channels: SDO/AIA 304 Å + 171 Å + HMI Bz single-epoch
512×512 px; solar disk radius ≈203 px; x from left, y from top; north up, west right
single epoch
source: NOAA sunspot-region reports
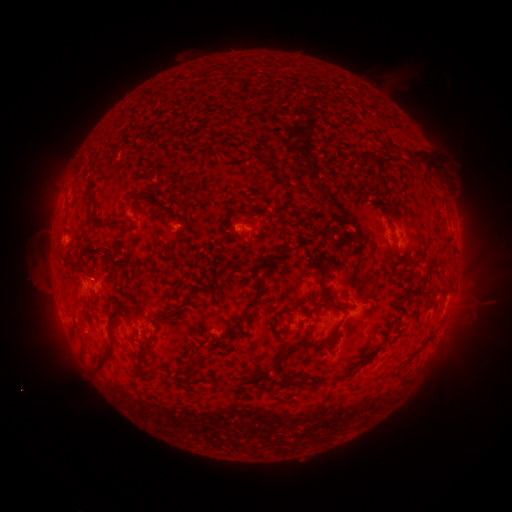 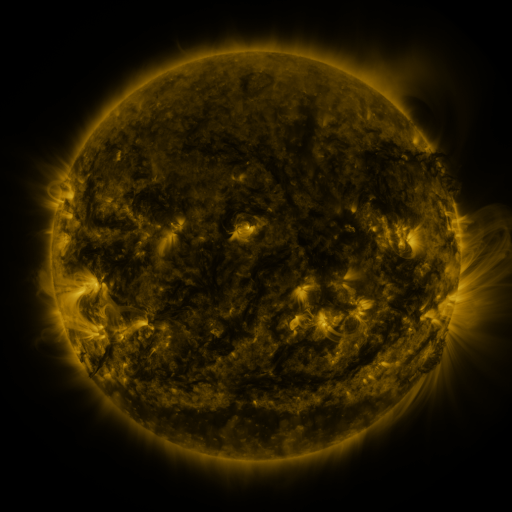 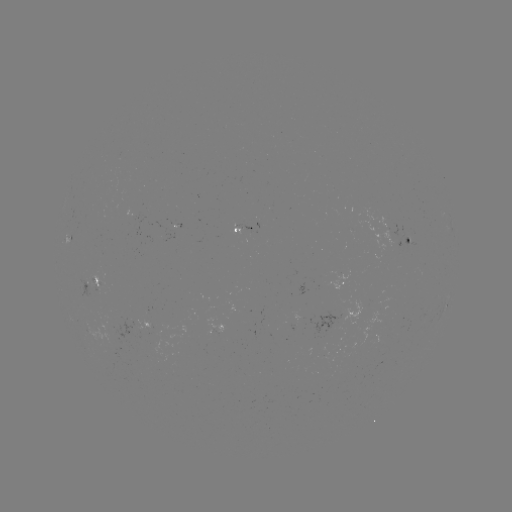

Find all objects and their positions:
spotted active region: (252, 229)
spotted active region: (410, 241)
spotted active region: (98, 283)
spotted active region: (338, 287)
spotted active region: (447, 302)
spotted active region: (149, 324)
